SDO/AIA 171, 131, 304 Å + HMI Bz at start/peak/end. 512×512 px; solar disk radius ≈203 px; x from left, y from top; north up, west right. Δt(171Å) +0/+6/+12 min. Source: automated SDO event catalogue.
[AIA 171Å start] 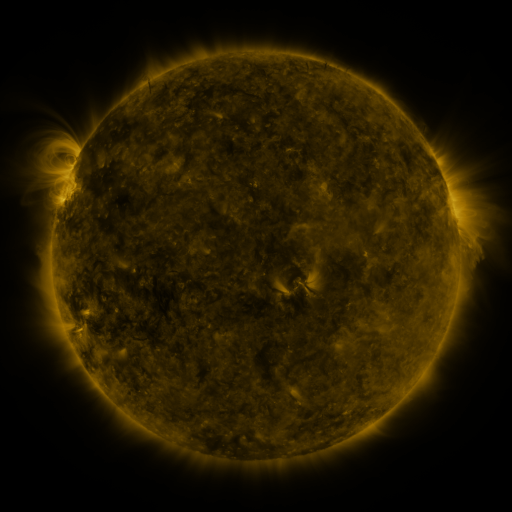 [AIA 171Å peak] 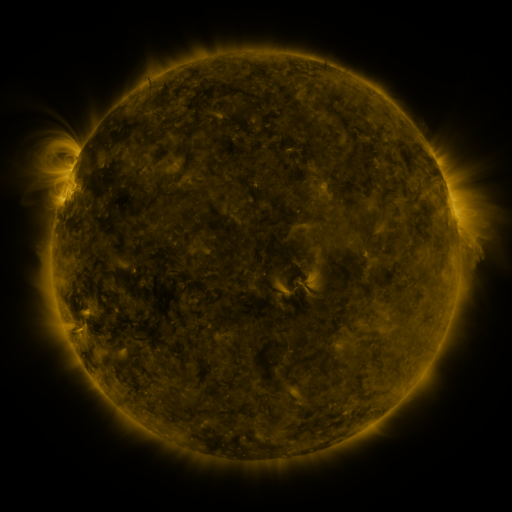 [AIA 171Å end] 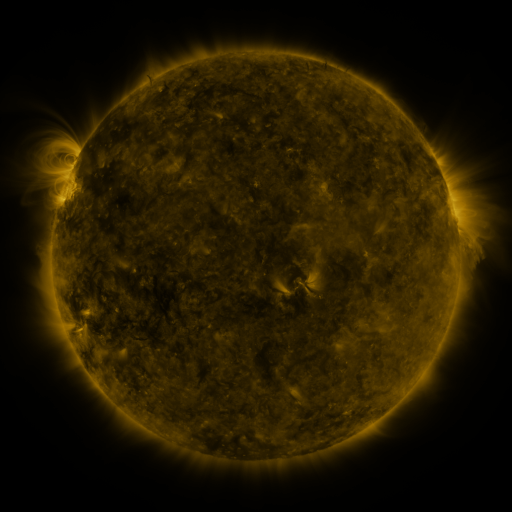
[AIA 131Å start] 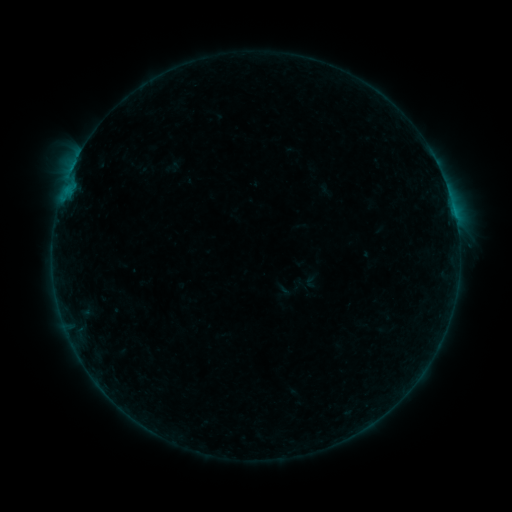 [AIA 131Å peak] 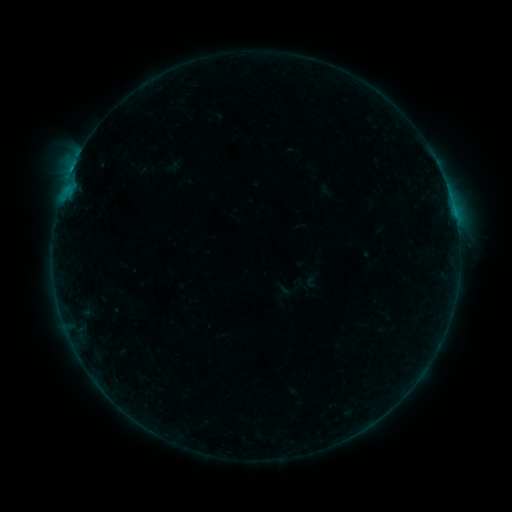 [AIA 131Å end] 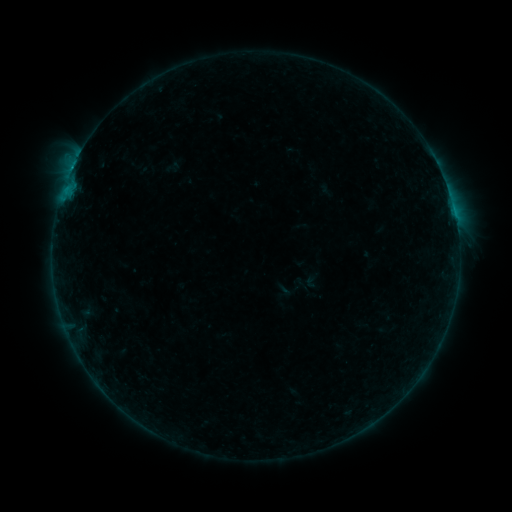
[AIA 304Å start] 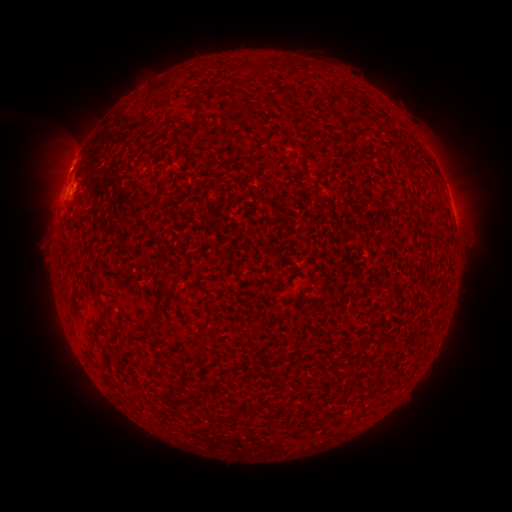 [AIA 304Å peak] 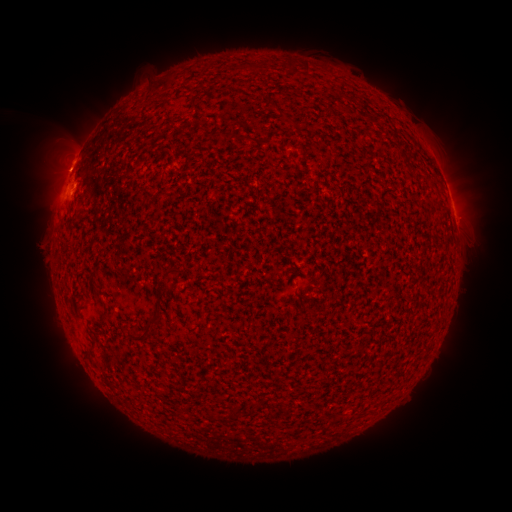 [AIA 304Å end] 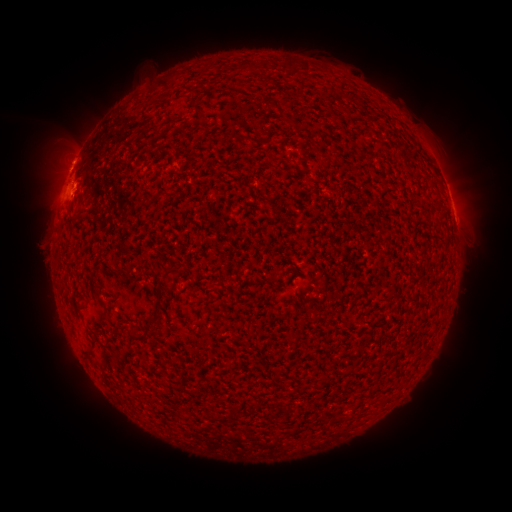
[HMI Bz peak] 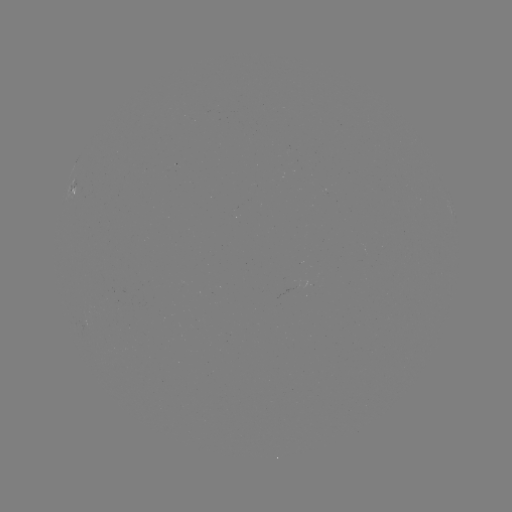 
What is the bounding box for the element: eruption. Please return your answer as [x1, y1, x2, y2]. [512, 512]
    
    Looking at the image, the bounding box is [46, 127, 97, 179].